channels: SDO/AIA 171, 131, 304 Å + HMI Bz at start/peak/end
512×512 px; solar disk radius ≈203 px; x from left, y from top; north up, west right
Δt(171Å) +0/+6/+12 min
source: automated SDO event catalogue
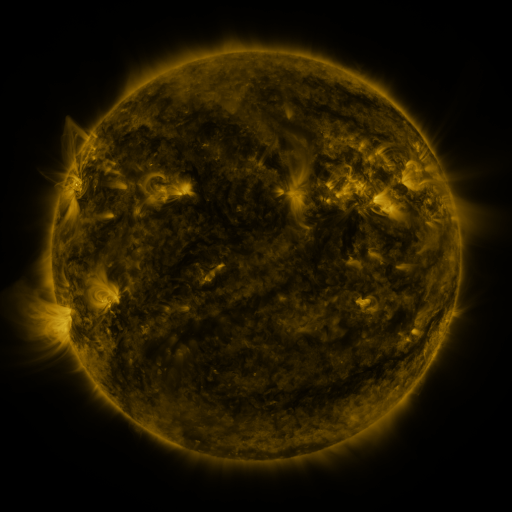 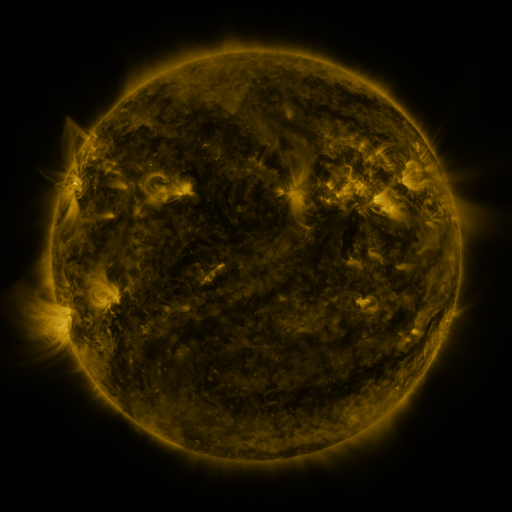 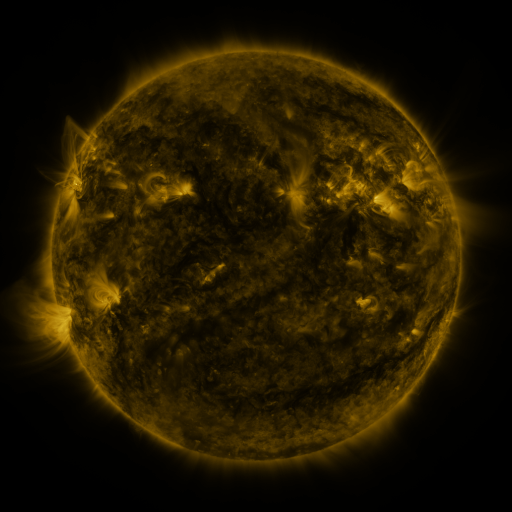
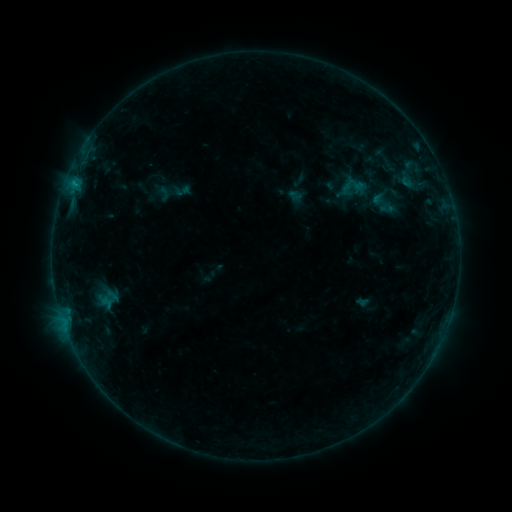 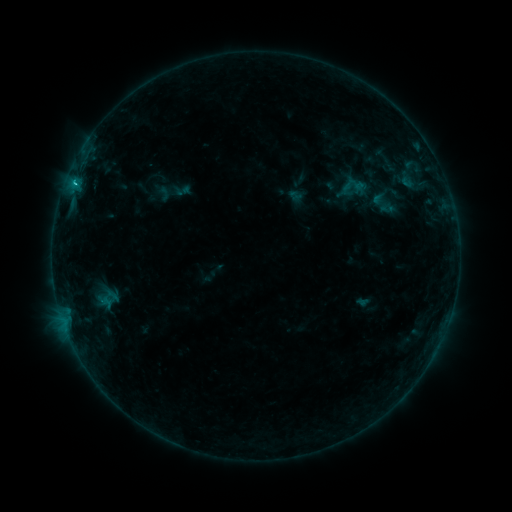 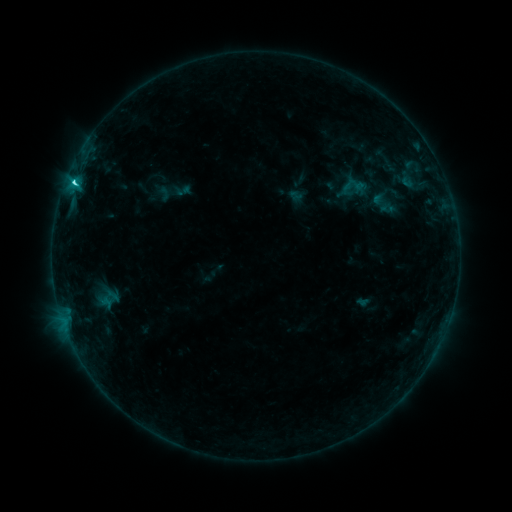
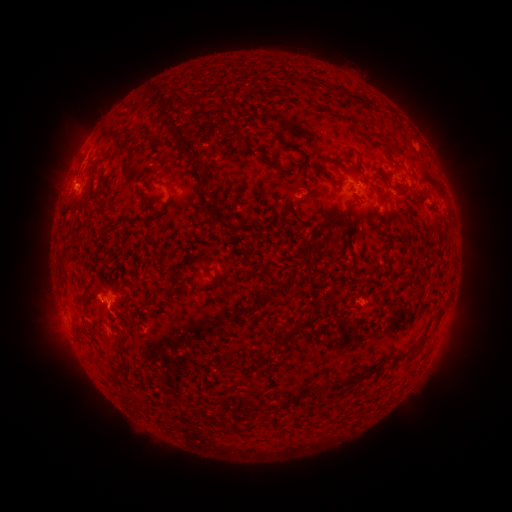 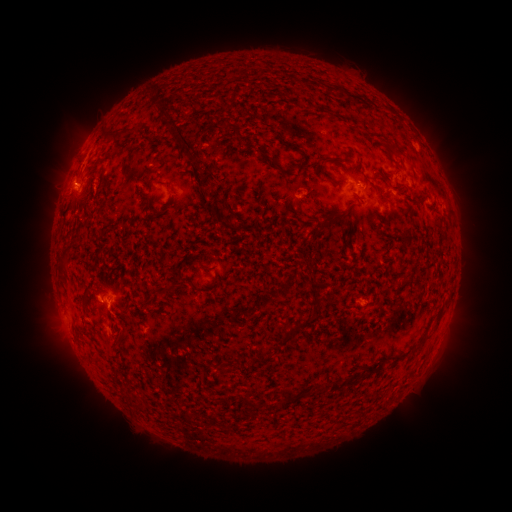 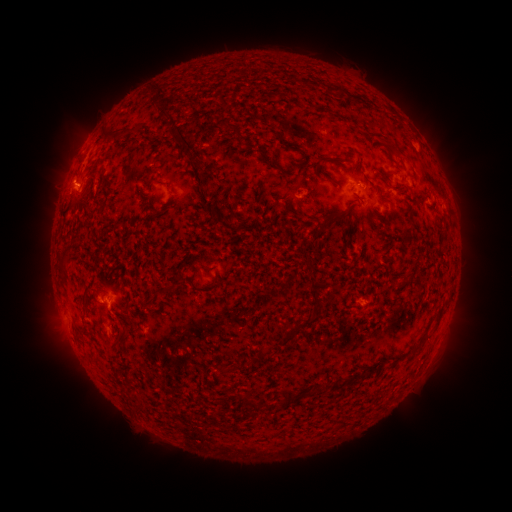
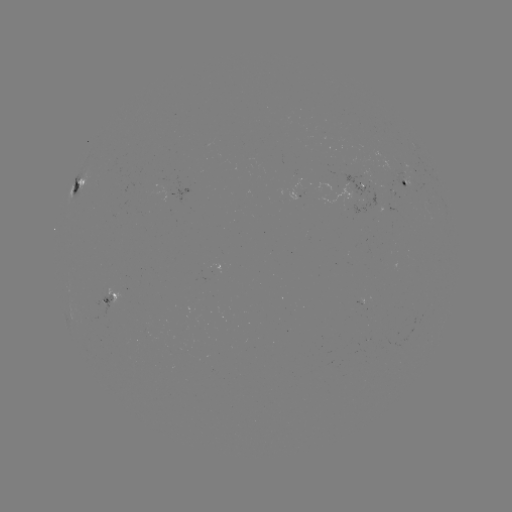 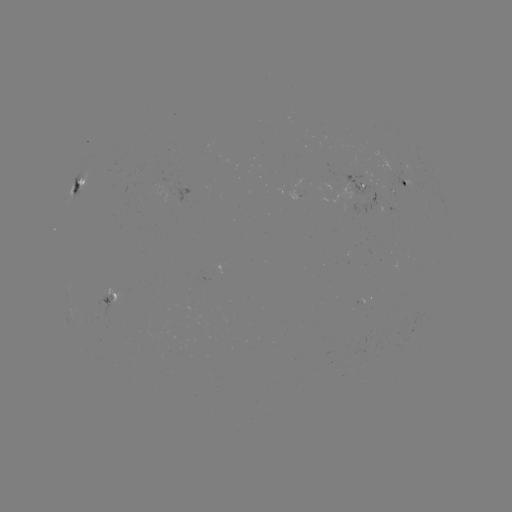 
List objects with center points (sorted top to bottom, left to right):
C2.8 flare: (75, 184)
